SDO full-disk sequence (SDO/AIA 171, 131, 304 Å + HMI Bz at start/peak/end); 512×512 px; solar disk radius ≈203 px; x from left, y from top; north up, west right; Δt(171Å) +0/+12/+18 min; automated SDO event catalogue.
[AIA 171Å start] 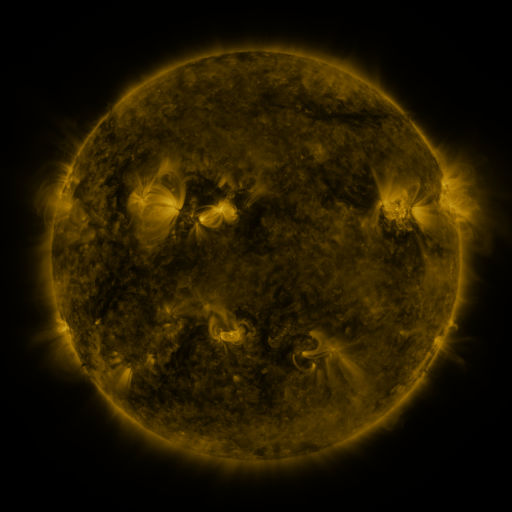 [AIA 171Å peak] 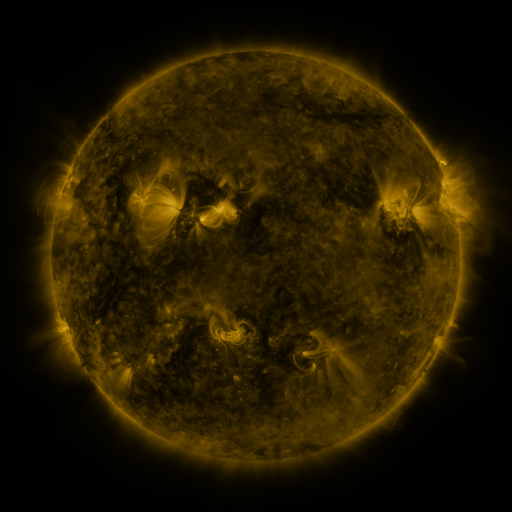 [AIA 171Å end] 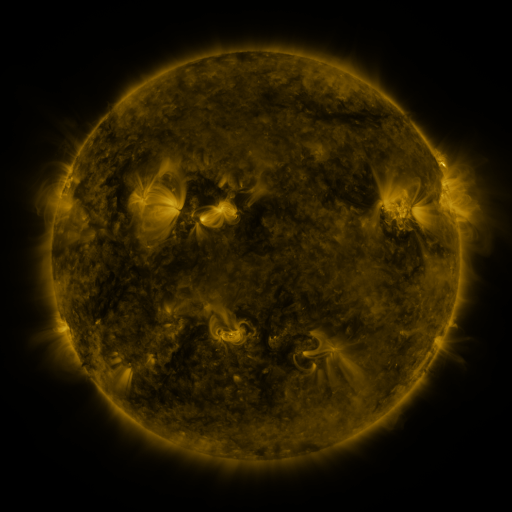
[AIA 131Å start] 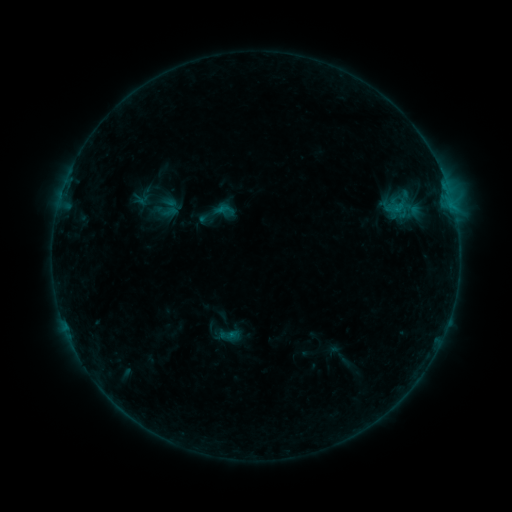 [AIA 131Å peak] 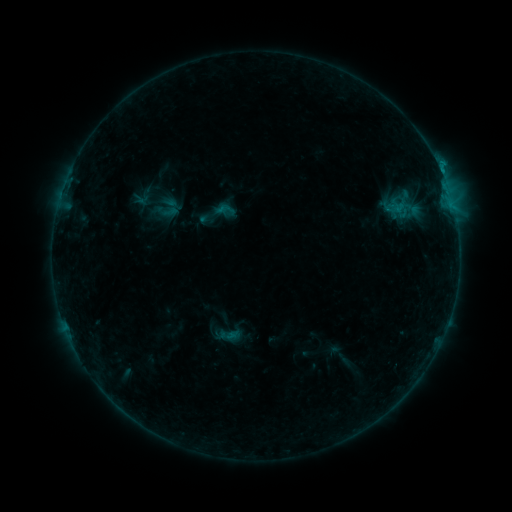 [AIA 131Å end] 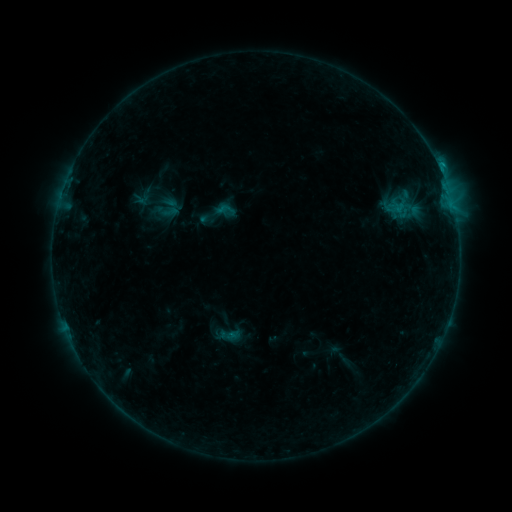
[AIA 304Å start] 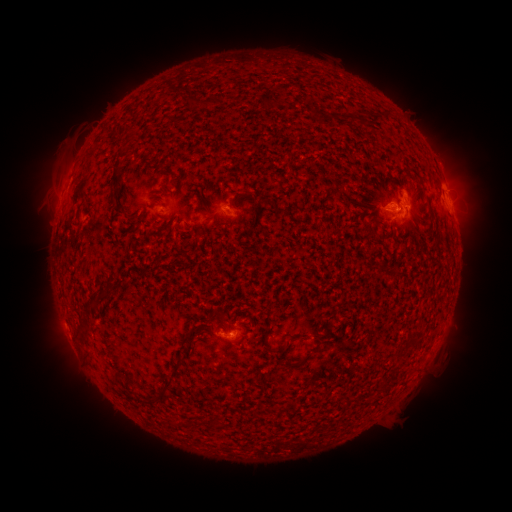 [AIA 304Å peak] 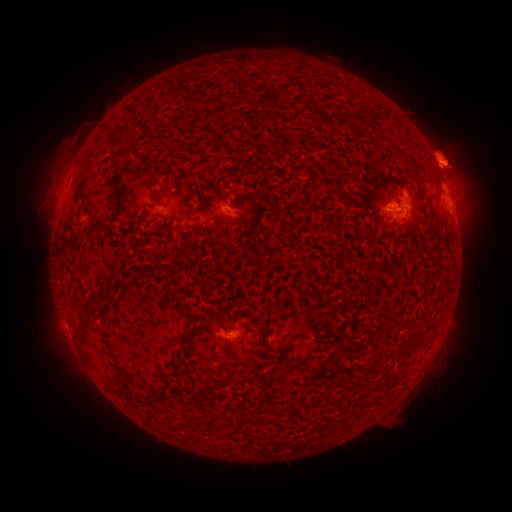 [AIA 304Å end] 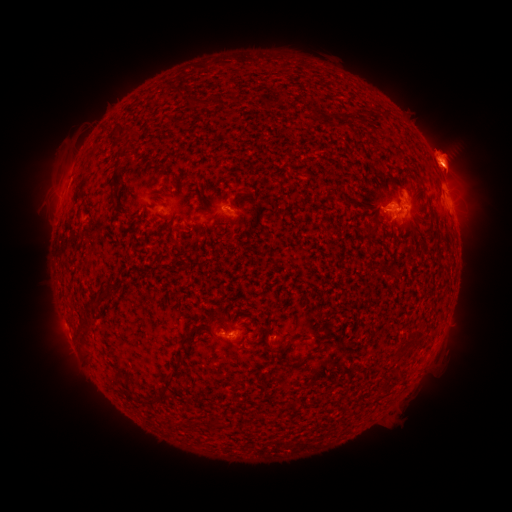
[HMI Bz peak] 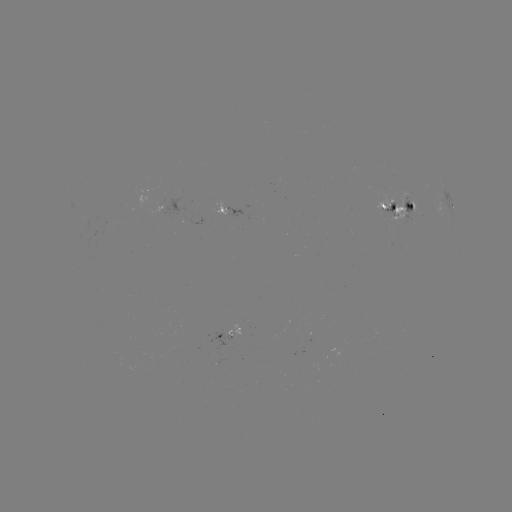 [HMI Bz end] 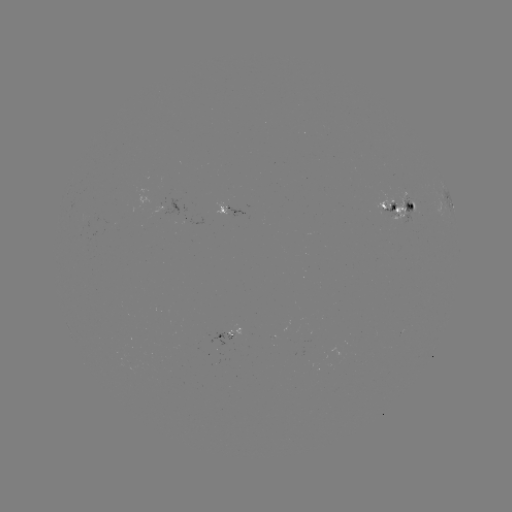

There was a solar eruption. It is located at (448, 156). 